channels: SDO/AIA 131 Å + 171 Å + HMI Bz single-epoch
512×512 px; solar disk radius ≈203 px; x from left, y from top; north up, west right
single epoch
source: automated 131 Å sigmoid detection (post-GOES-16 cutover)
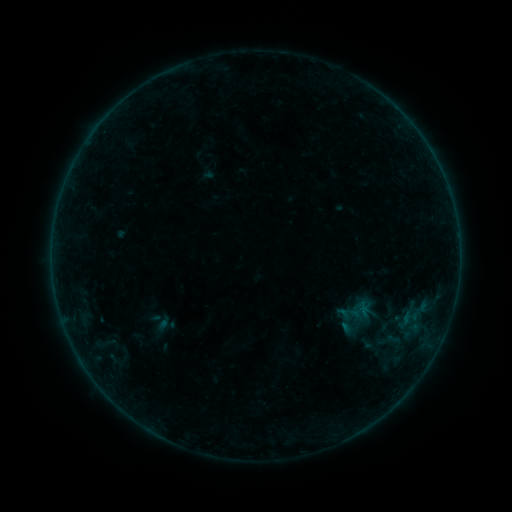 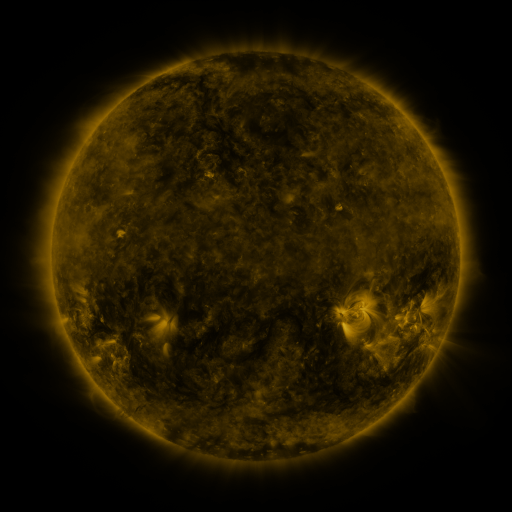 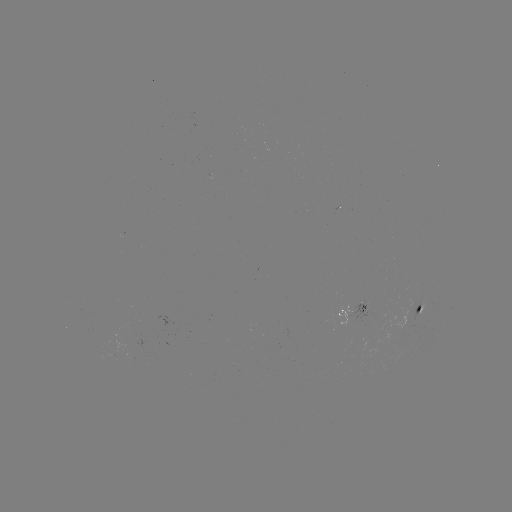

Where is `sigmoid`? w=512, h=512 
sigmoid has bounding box [359, 319, 404, 367].